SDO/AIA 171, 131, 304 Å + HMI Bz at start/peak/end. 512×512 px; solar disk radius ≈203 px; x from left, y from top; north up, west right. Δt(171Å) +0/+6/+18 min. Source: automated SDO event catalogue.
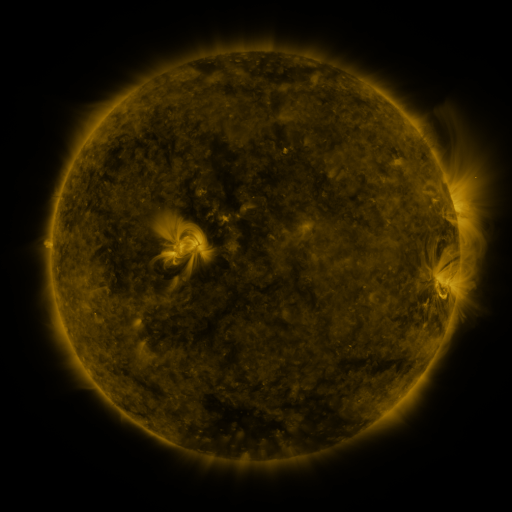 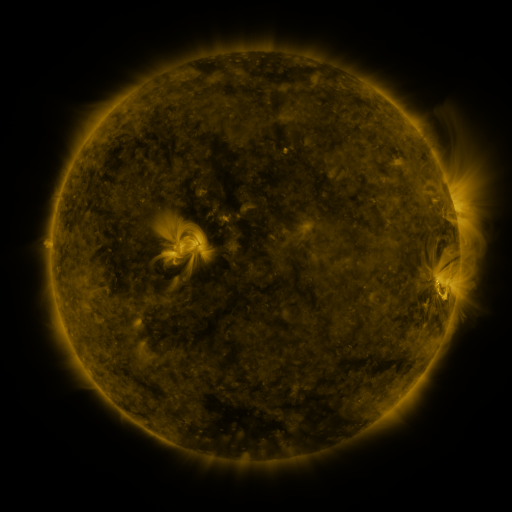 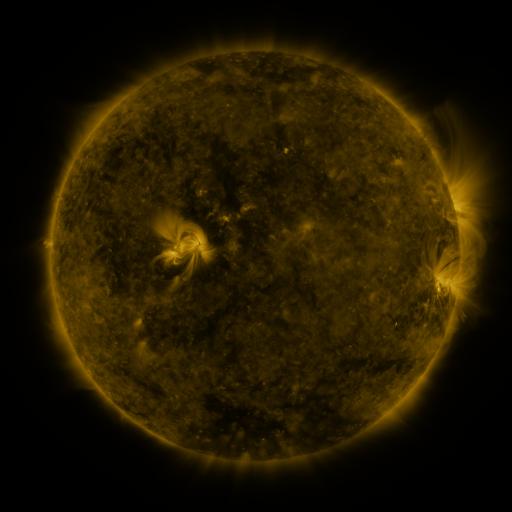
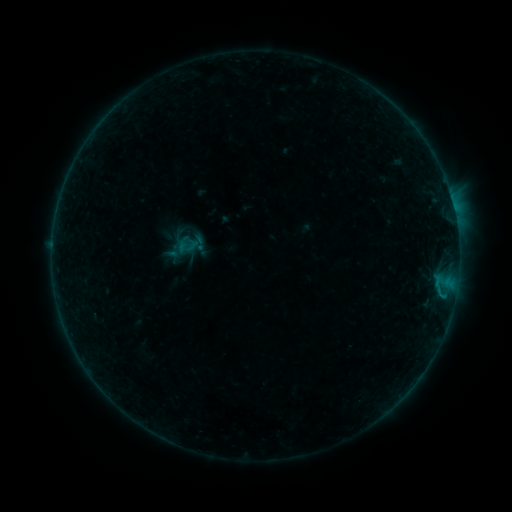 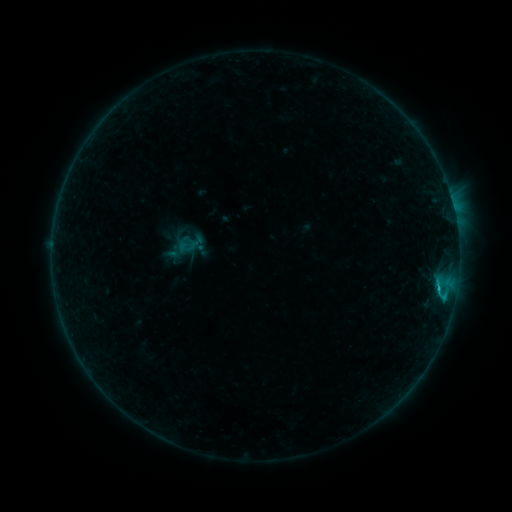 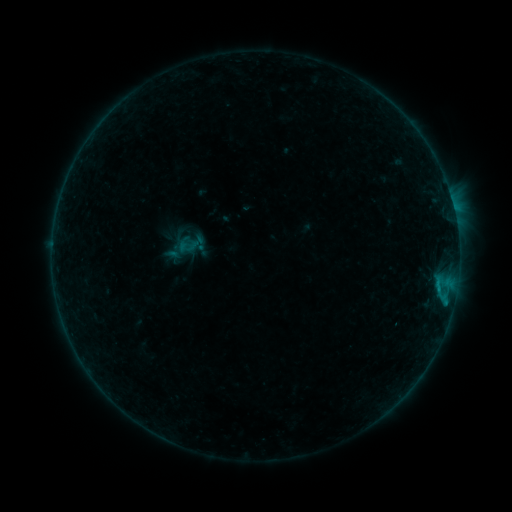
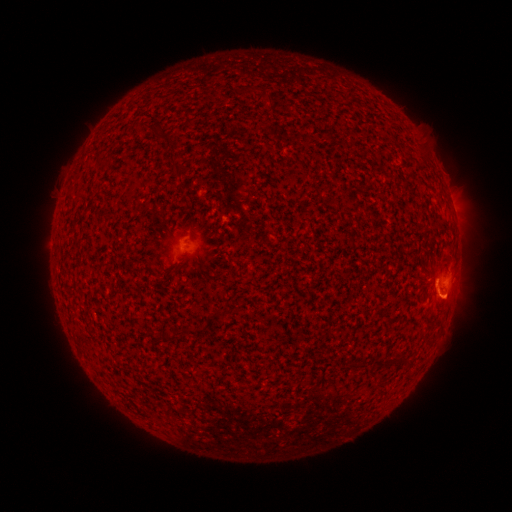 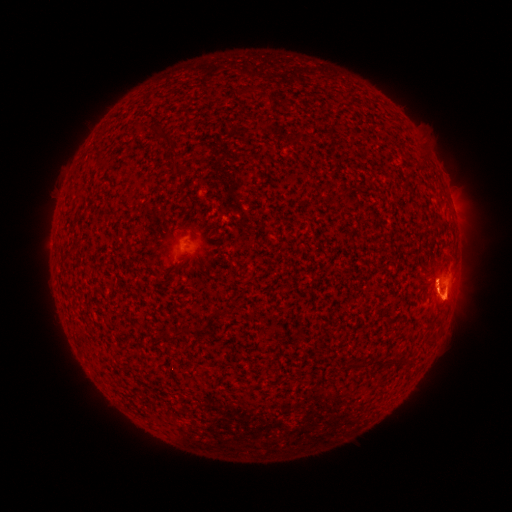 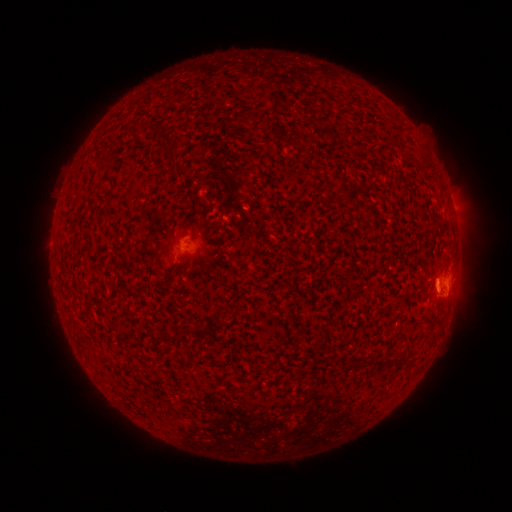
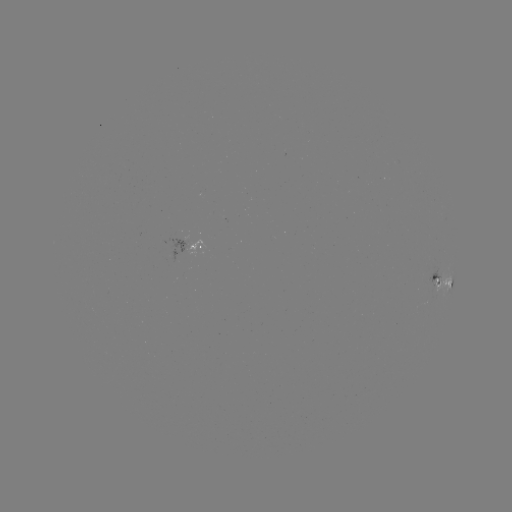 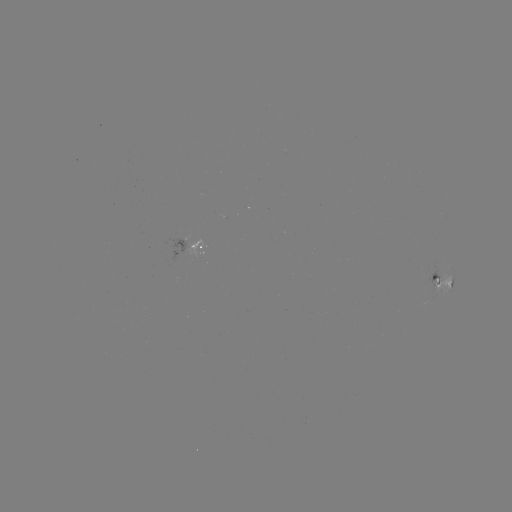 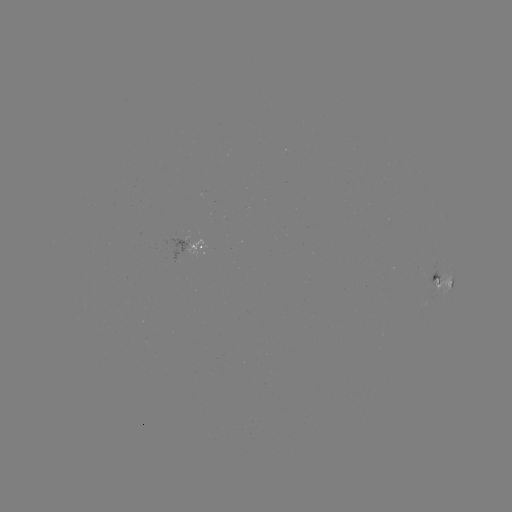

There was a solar flare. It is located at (438, 285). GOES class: B8.4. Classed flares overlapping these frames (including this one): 1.